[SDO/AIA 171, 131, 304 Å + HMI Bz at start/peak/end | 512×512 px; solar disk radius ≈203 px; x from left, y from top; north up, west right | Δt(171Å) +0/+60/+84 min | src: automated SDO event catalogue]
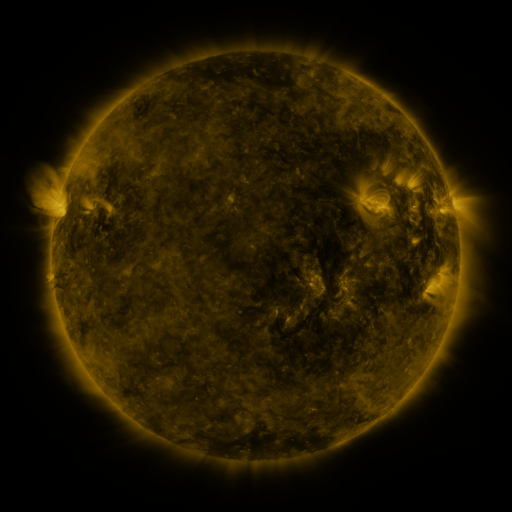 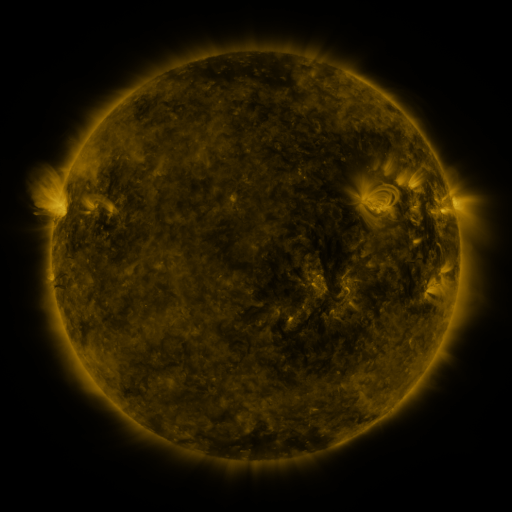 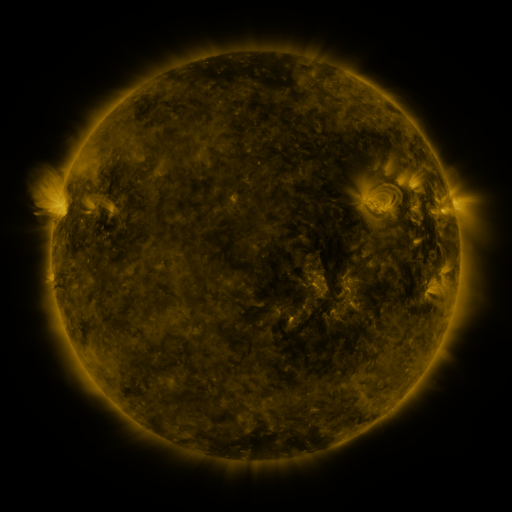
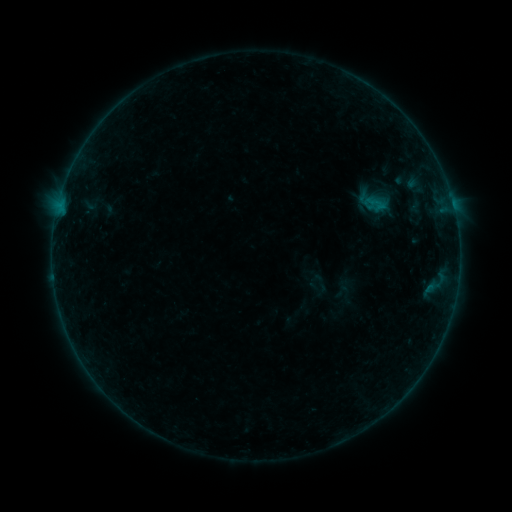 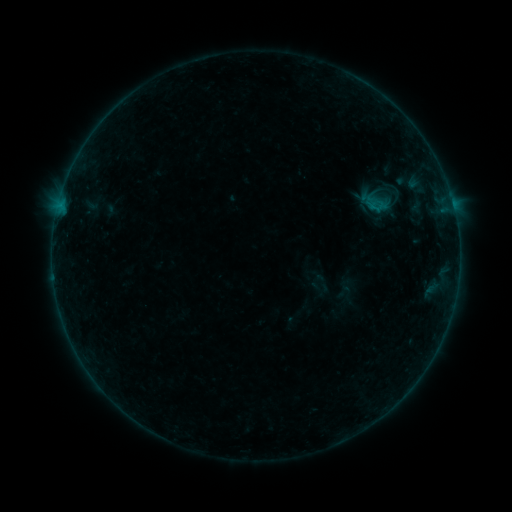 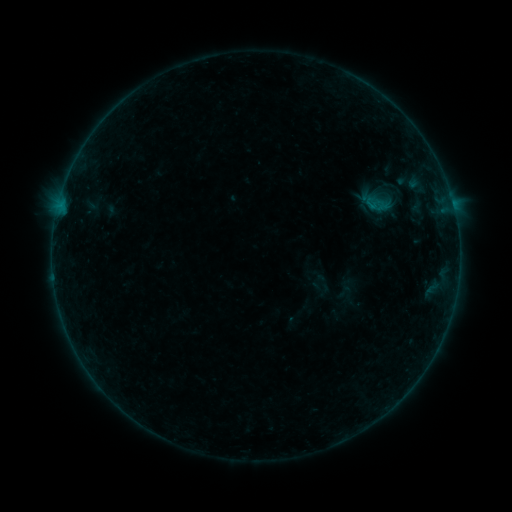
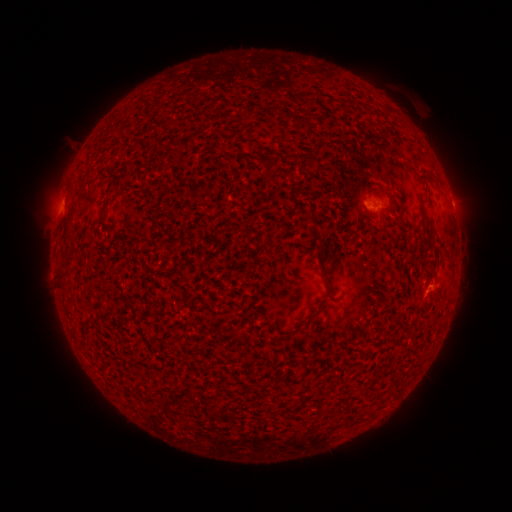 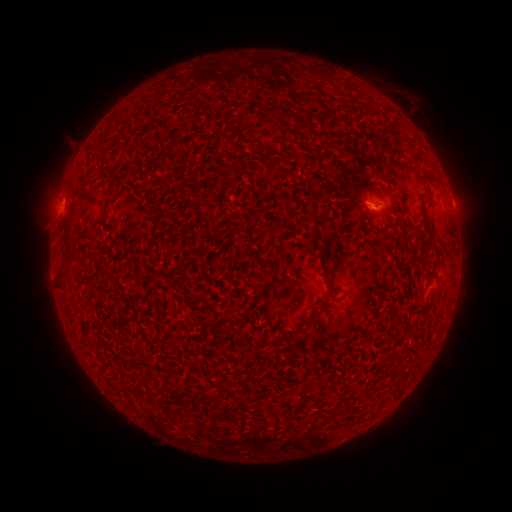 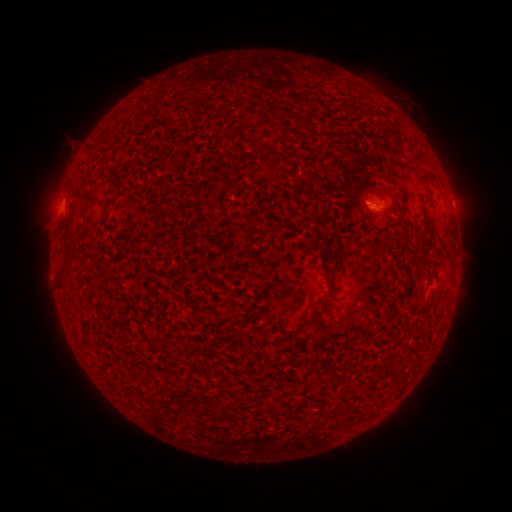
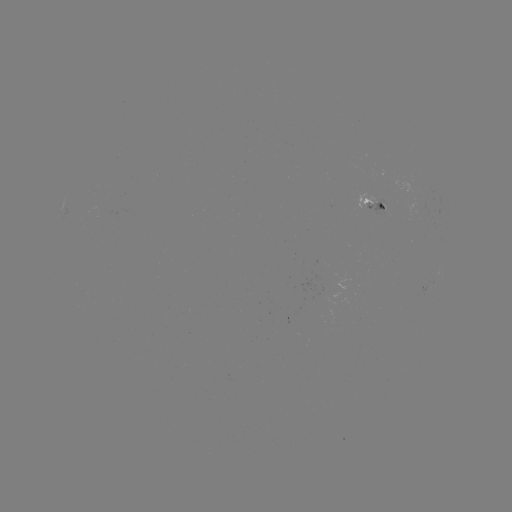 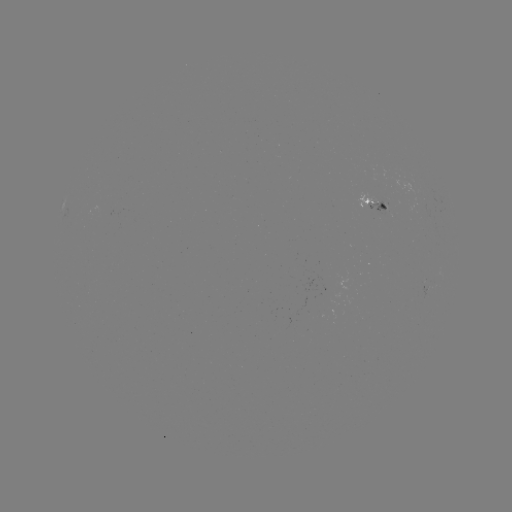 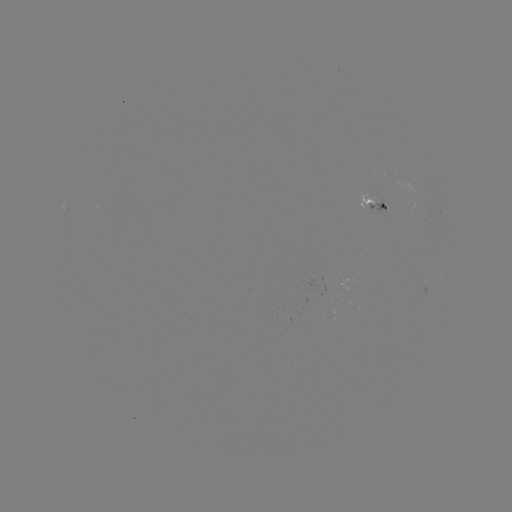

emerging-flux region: (365, 199, 389, 216)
